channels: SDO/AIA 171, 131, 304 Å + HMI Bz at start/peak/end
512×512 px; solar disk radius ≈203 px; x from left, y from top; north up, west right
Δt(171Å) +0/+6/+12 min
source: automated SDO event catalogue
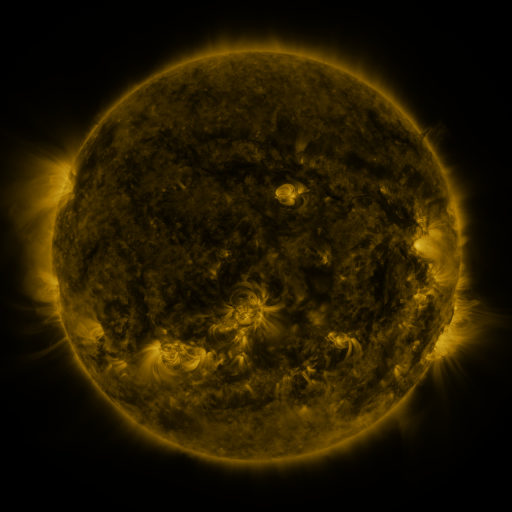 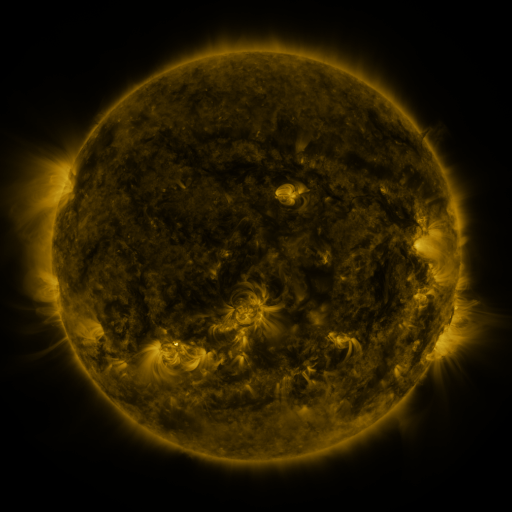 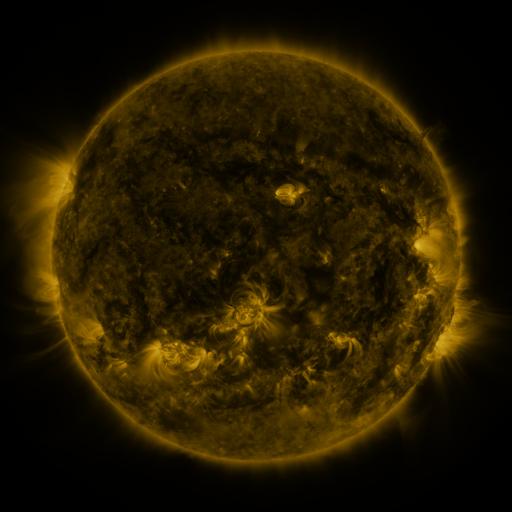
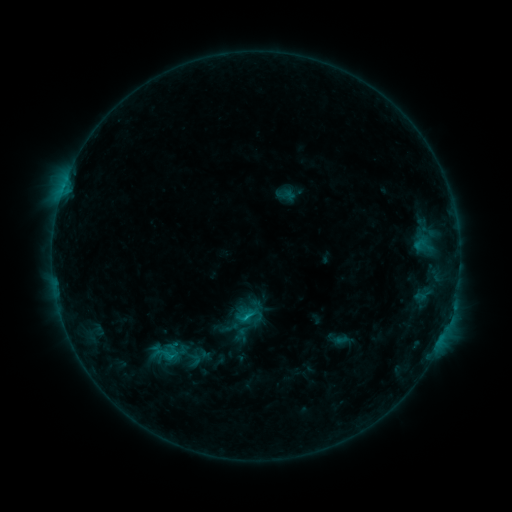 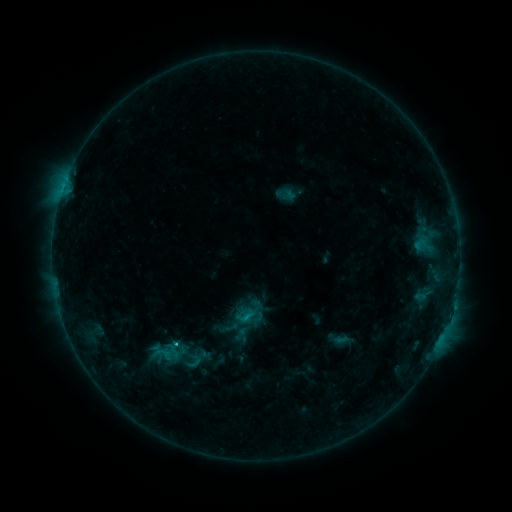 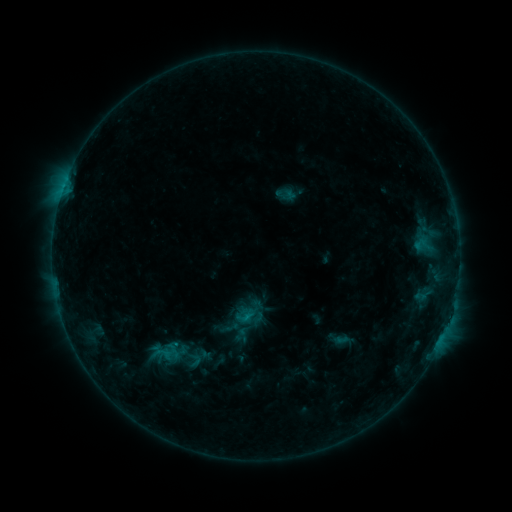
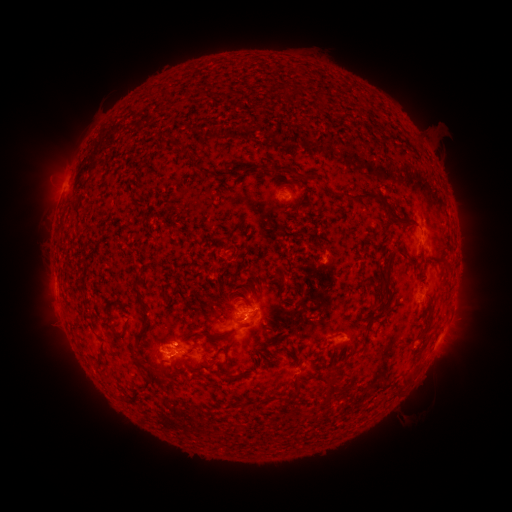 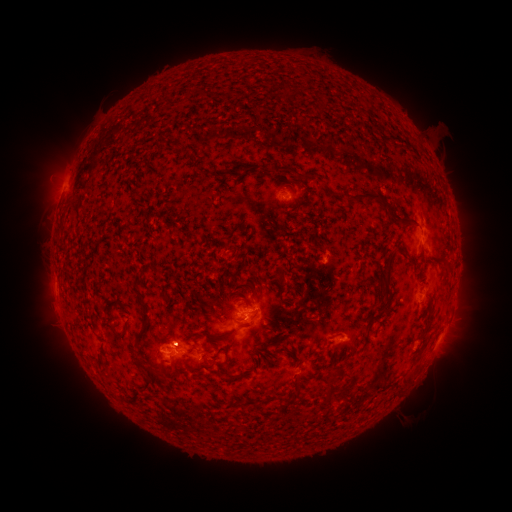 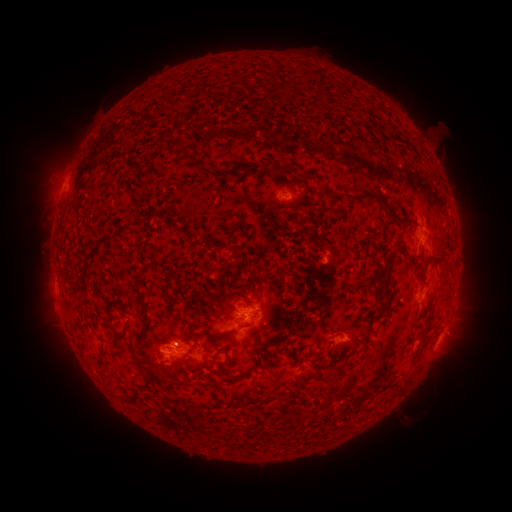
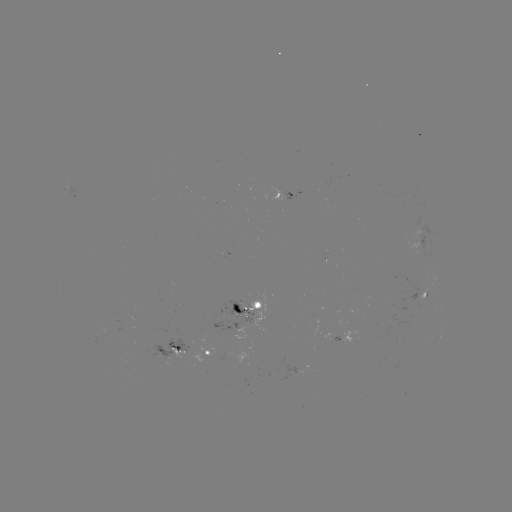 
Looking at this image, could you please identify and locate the C1.5 flare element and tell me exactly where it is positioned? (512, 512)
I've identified C1.5 flare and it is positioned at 178,343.